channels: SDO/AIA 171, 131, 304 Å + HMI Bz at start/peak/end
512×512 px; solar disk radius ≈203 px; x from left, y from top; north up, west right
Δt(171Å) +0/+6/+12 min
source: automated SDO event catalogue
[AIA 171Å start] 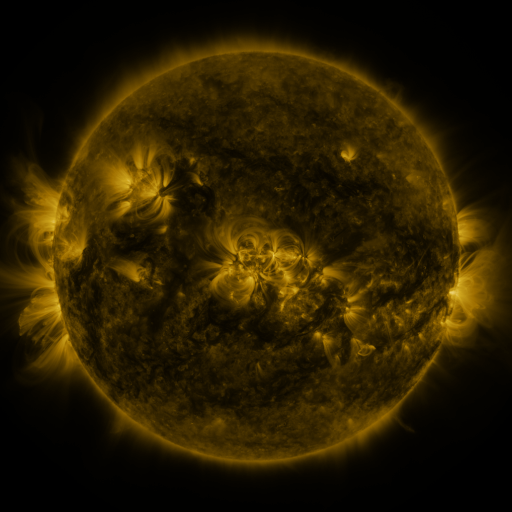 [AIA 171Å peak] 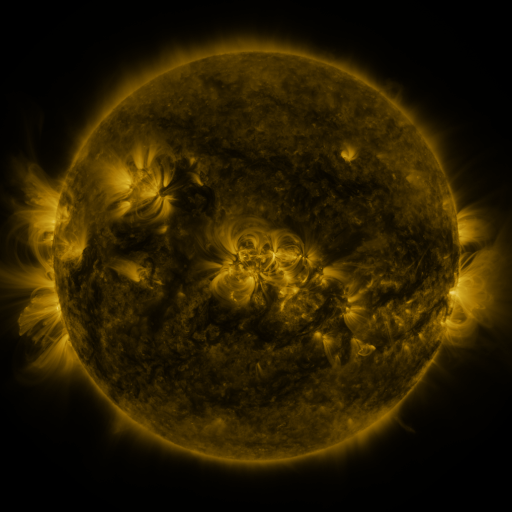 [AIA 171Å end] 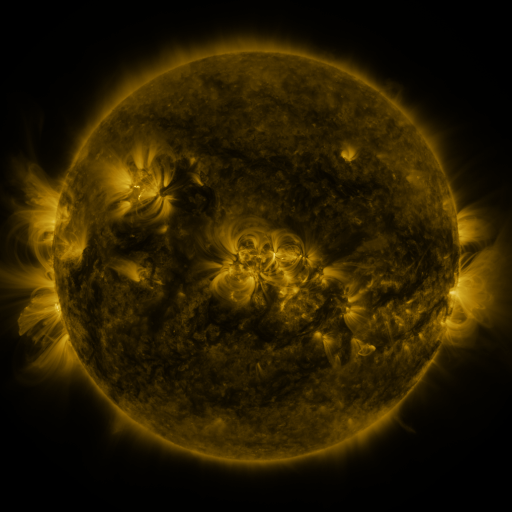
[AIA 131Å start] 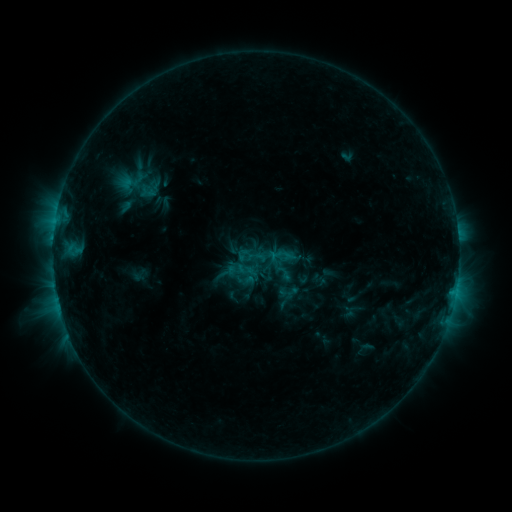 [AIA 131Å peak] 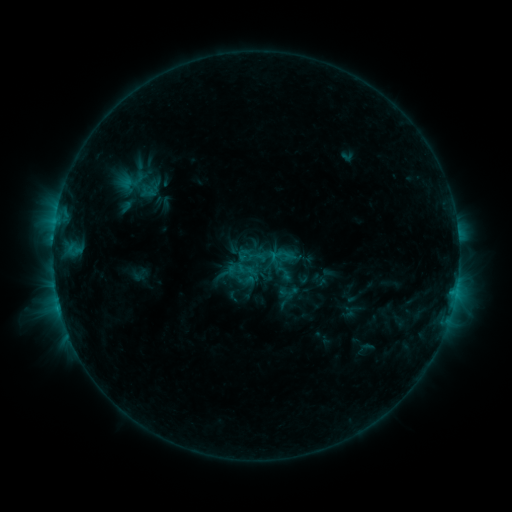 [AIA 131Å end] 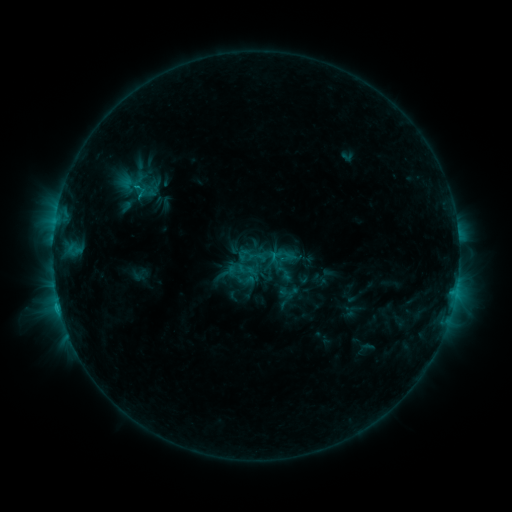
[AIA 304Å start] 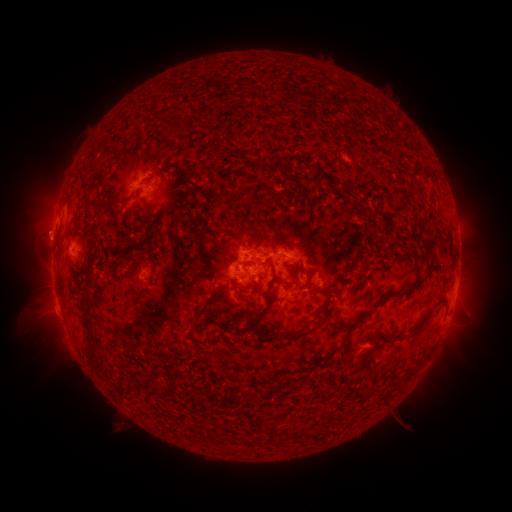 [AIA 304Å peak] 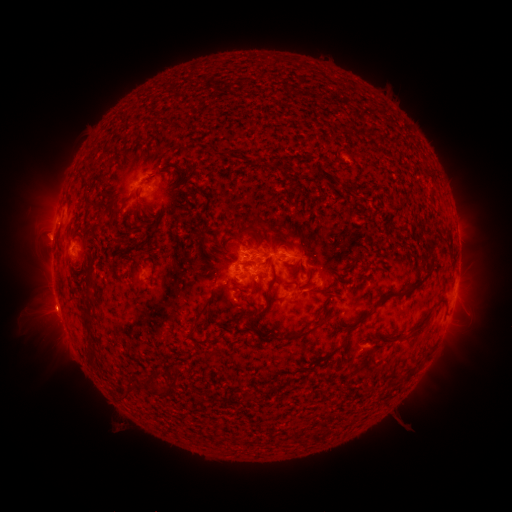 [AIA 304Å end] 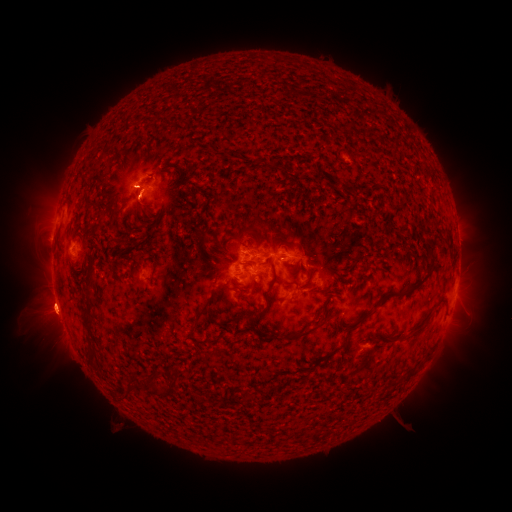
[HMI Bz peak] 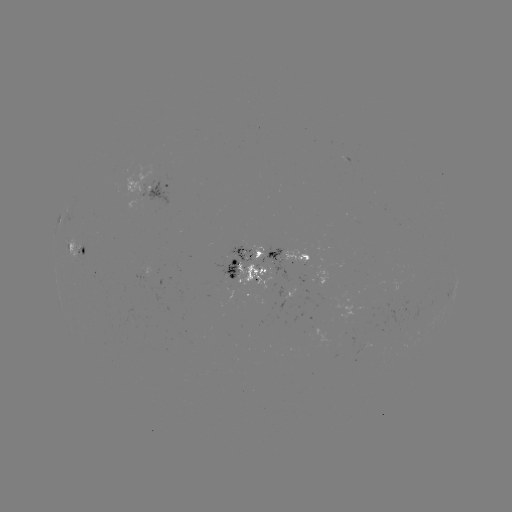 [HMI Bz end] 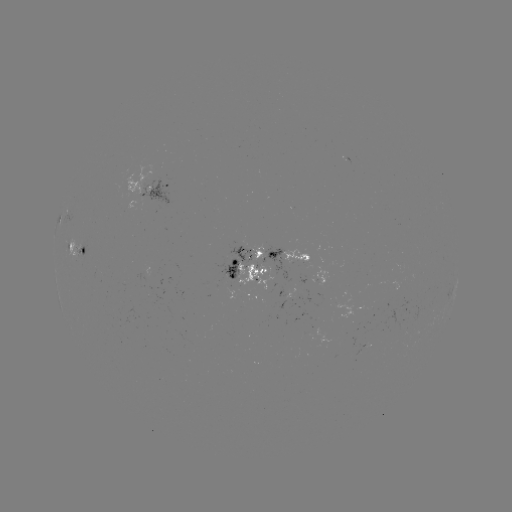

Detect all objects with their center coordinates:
eruption: (43, 236)
